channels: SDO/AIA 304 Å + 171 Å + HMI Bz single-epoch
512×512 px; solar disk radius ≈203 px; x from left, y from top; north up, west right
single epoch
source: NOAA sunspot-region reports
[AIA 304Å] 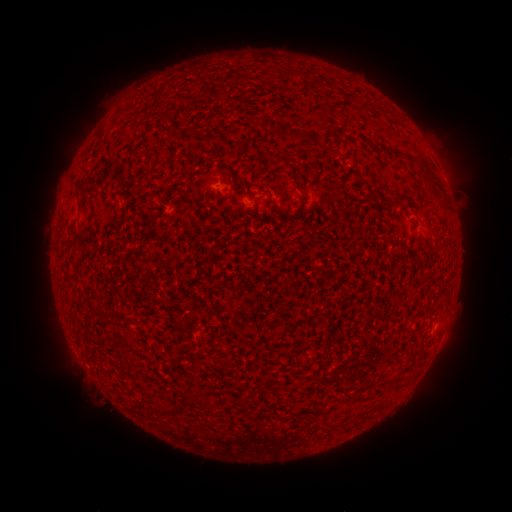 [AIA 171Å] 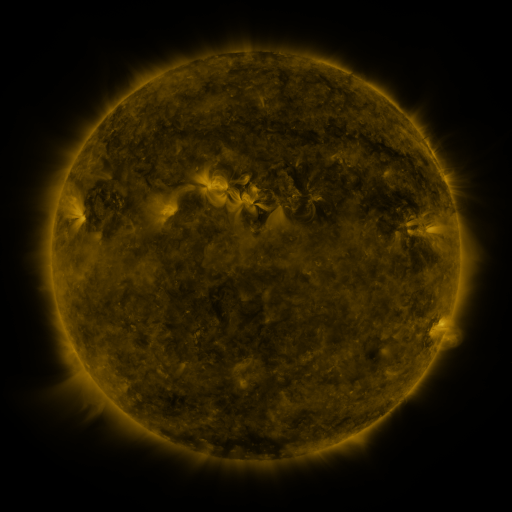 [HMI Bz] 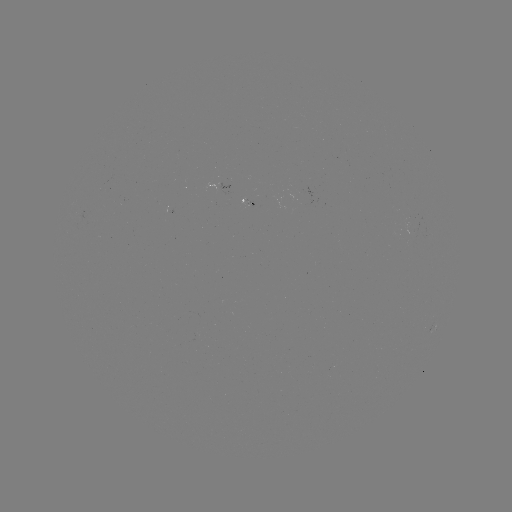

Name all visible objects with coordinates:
spotted active region: (222, 185)
spotted active region: (434, 329)
